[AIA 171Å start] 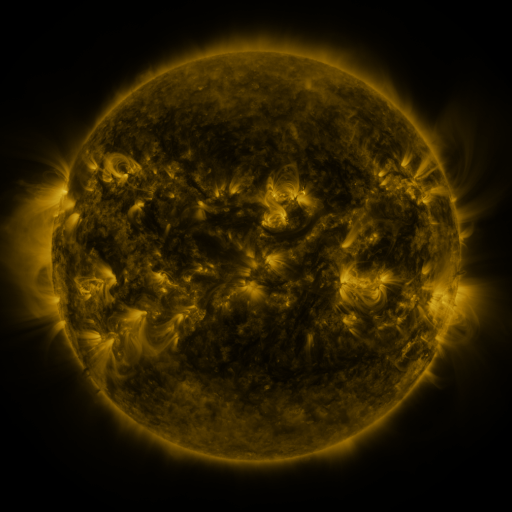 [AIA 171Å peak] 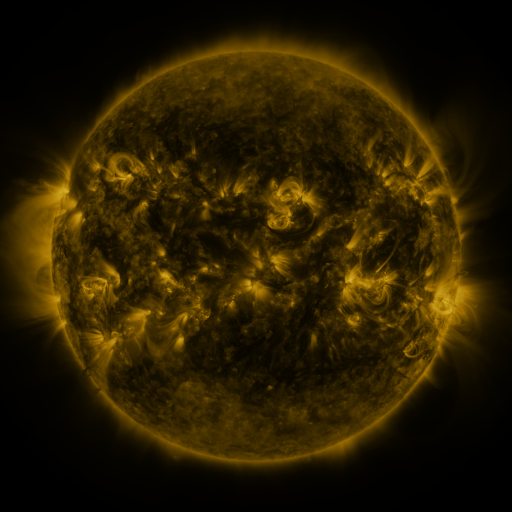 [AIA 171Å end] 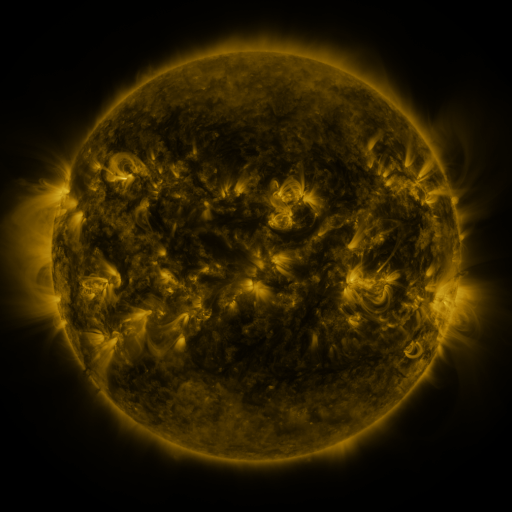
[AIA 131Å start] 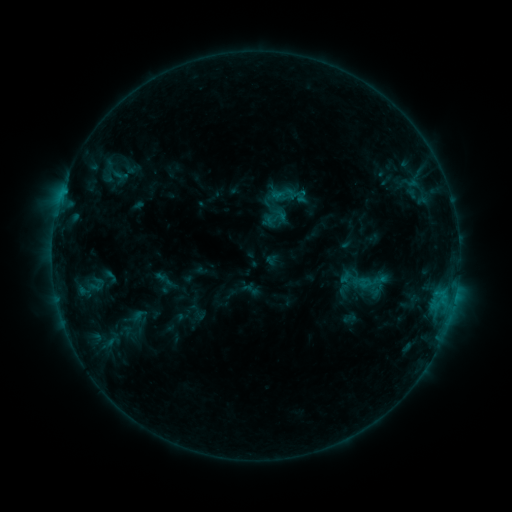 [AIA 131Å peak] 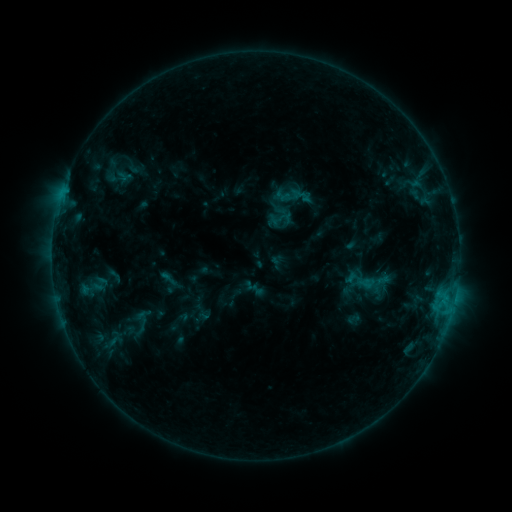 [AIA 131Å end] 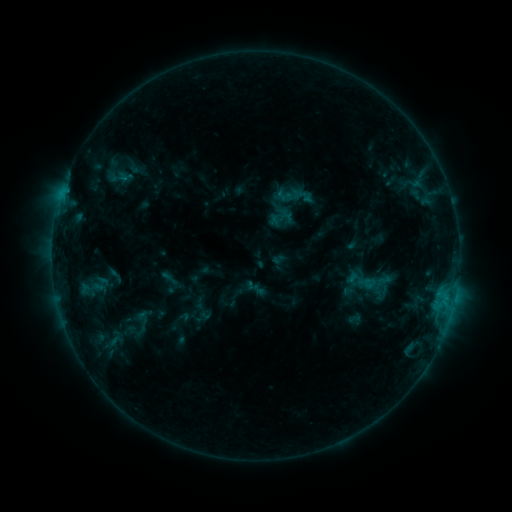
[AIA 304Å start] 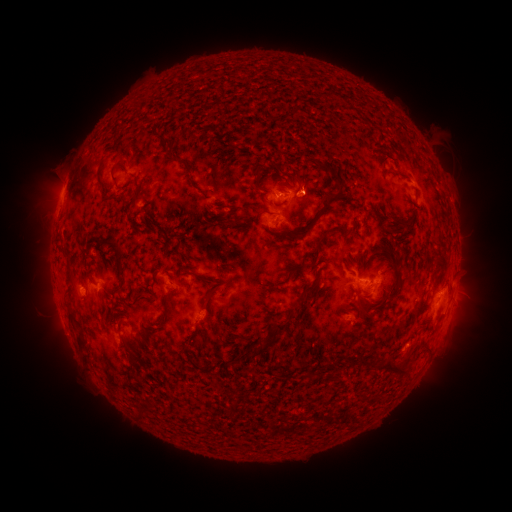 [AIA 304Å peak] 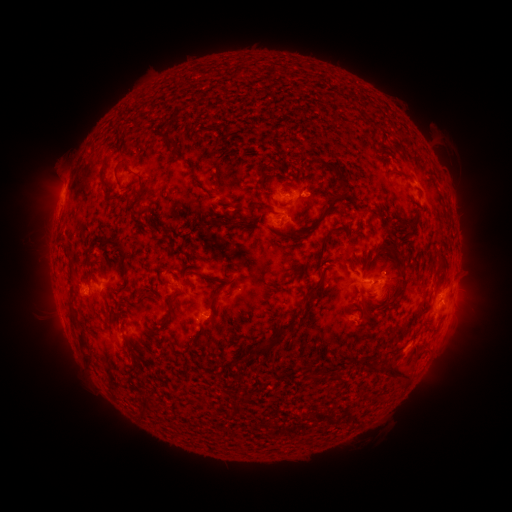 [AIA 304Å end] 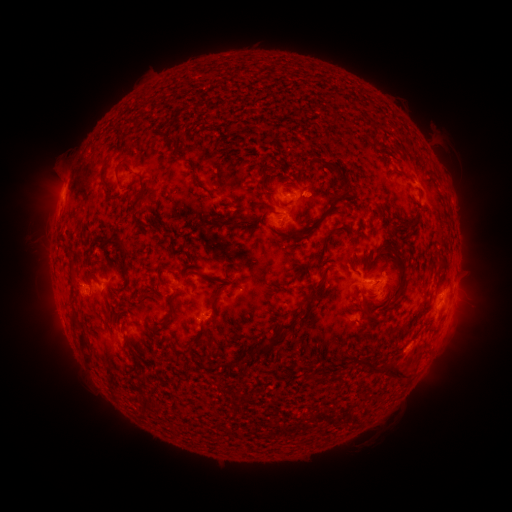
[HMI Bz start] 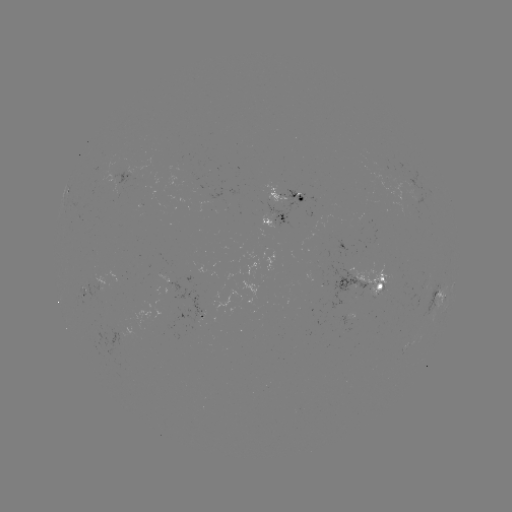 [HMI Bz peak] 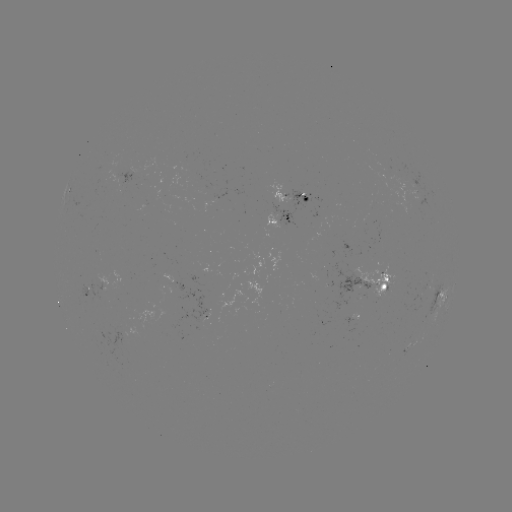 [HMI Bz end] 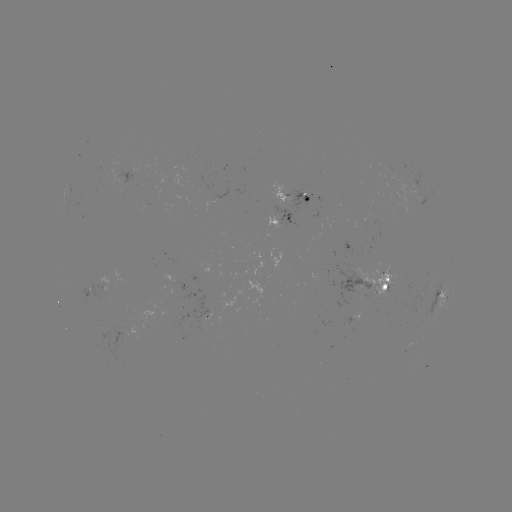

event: emerging-flux region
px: (200, 326)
